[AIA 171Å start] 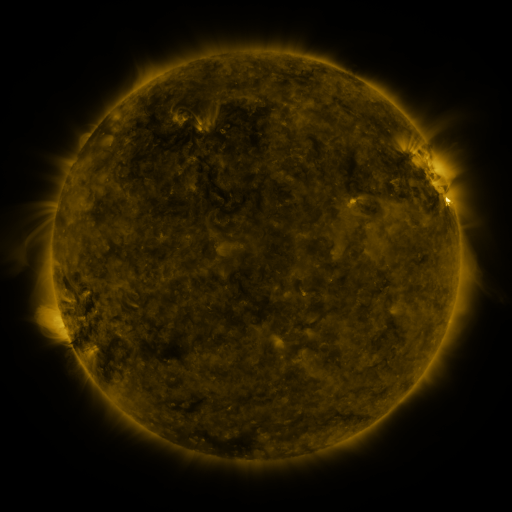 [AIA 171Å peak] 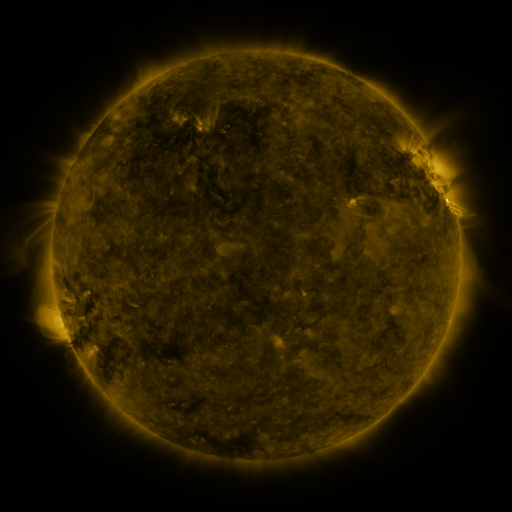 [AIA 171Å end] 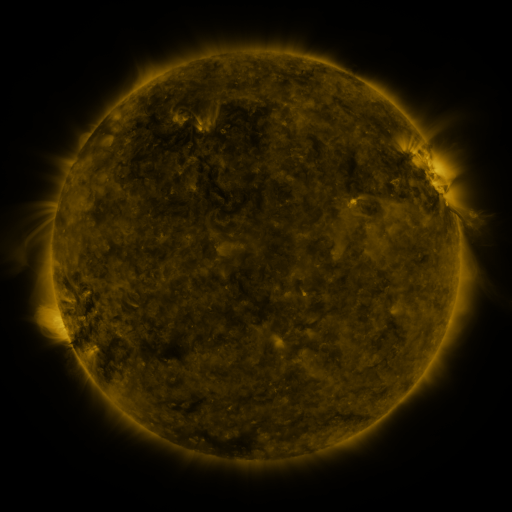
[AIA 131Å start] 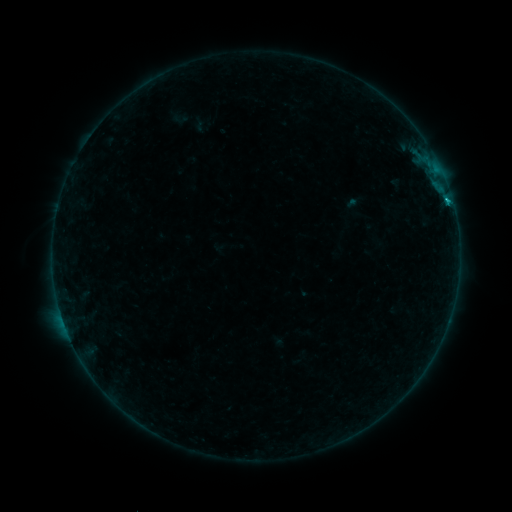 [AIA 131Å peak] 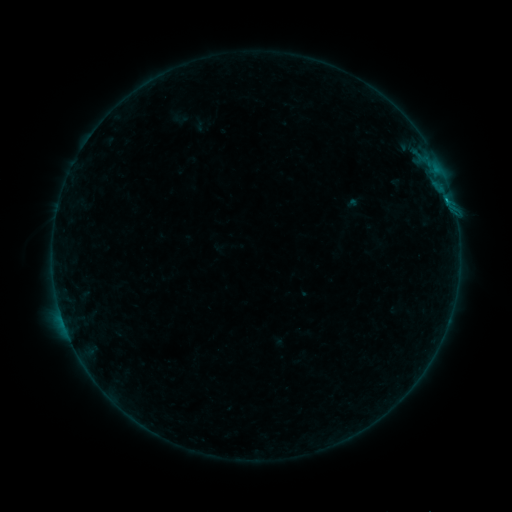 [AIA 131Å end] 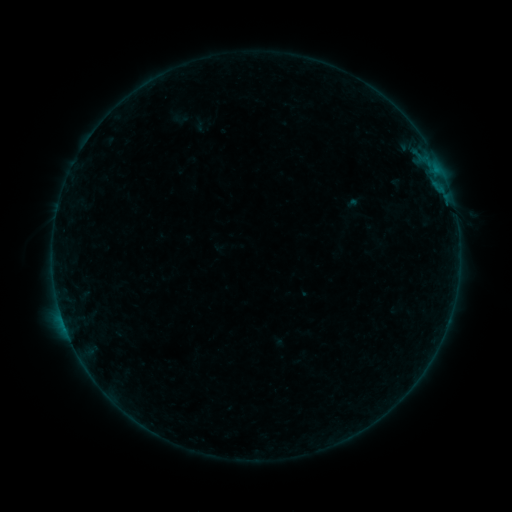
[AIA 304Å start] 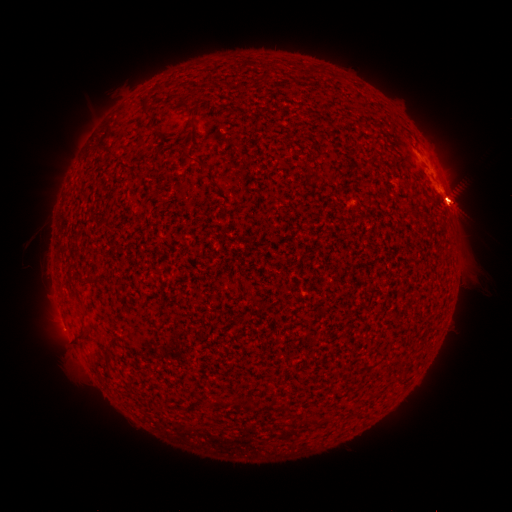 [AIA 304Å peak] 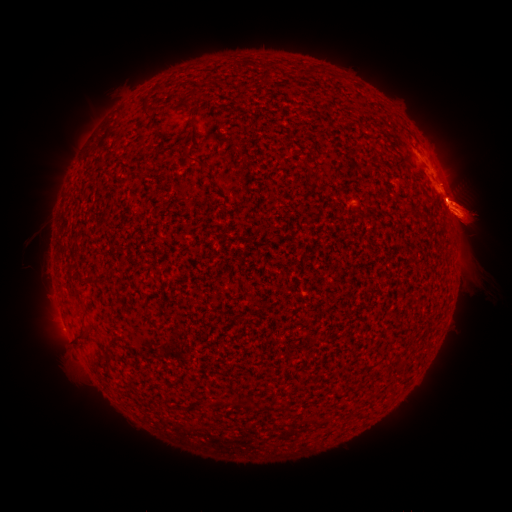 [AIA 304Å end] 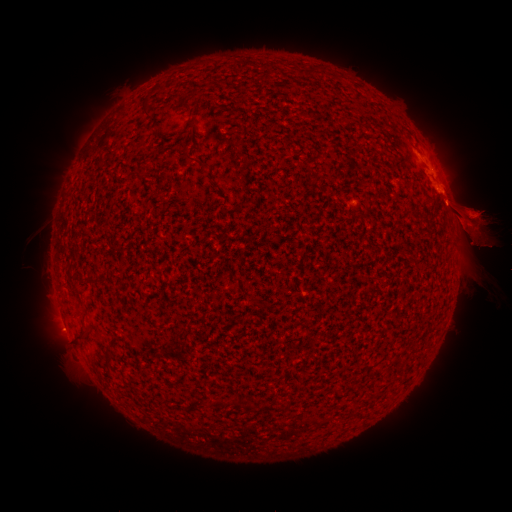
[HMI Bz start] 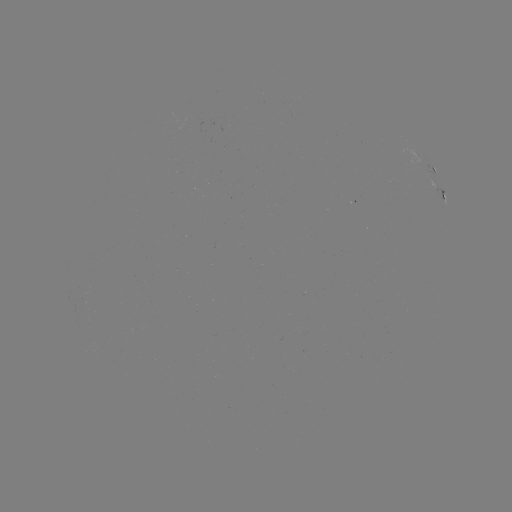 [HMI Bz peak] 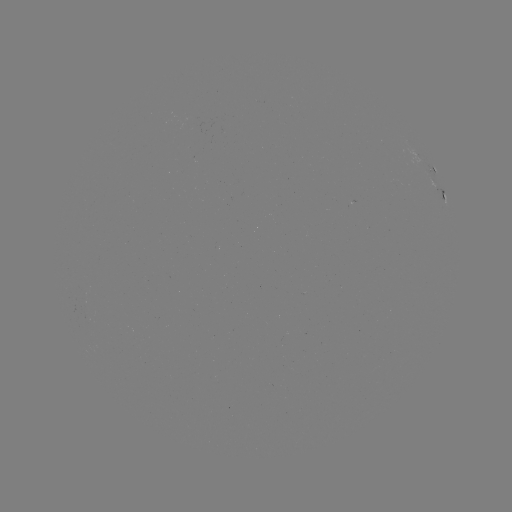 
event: eruption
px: (35, 210)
